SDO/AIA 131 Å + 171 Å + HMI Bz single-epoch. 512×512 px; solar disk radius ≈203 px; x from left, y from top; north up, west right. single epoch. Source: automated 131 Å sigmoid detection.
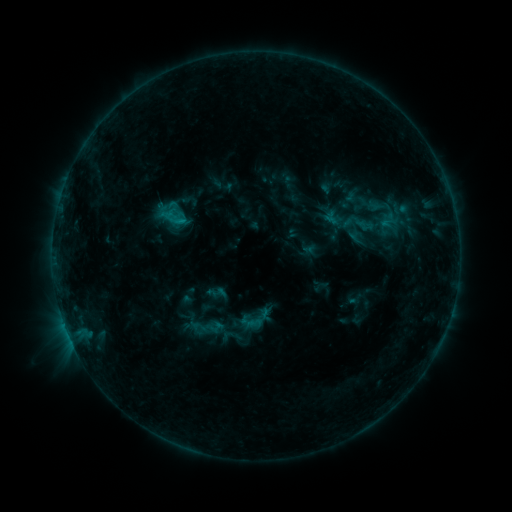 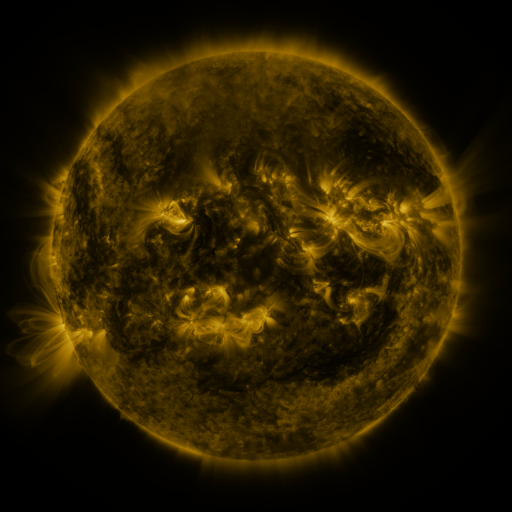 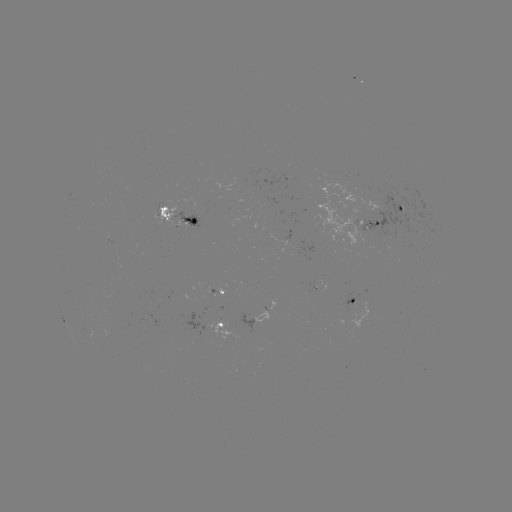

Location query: sigmoid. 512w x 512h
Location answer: (332, 218).